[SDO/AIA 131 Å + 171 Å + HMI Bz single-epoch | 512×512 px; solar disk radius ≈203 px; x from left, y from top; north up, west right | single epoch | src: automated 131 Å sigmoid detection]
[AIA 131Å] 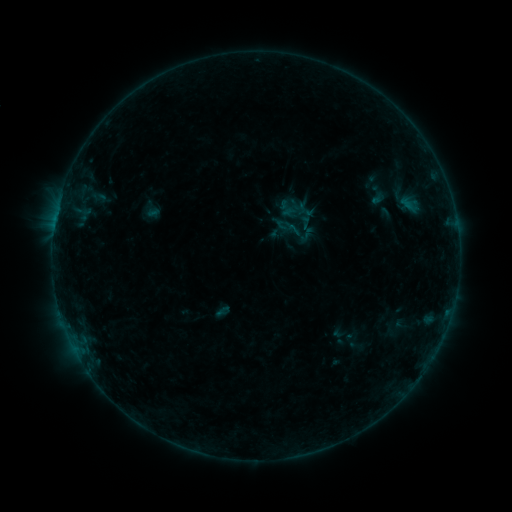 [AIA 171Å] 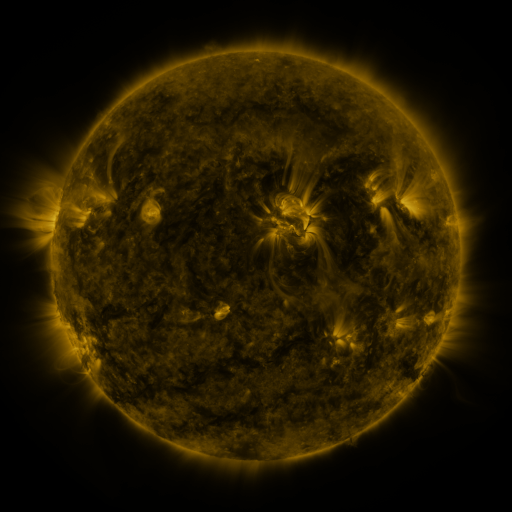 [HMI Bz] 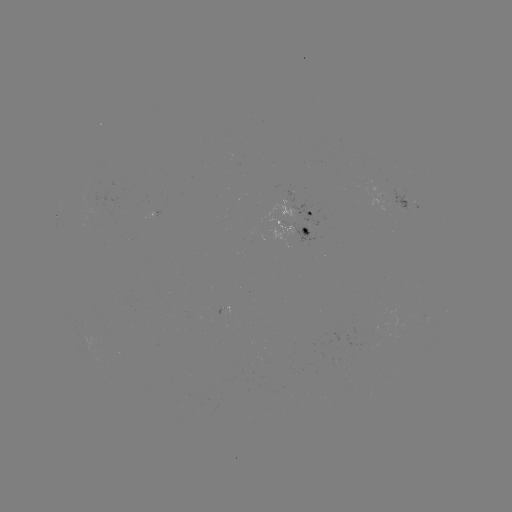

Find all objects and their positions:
sigmoid: (378, 195)
sigmoid: (292, 229)
